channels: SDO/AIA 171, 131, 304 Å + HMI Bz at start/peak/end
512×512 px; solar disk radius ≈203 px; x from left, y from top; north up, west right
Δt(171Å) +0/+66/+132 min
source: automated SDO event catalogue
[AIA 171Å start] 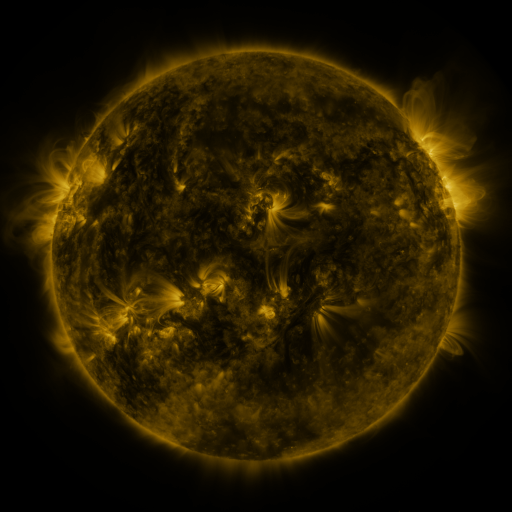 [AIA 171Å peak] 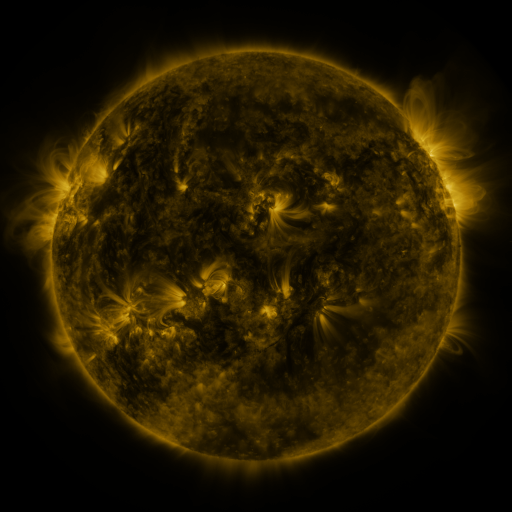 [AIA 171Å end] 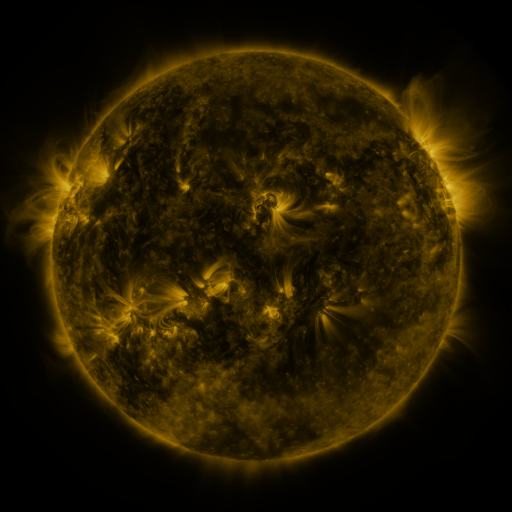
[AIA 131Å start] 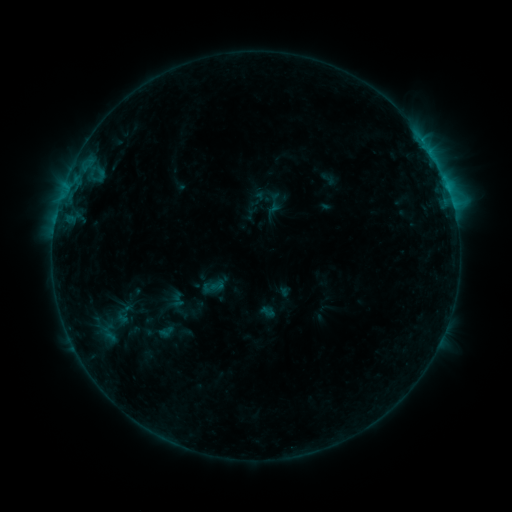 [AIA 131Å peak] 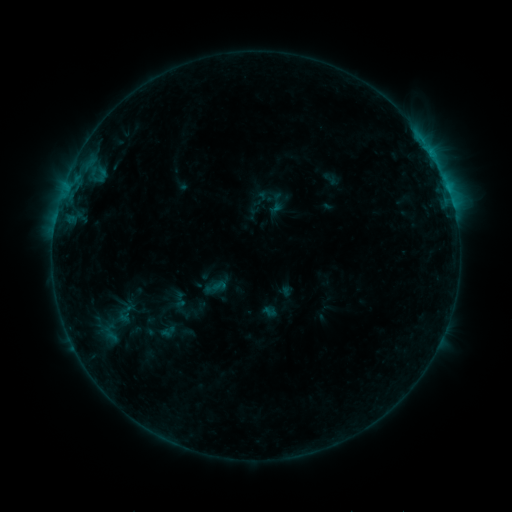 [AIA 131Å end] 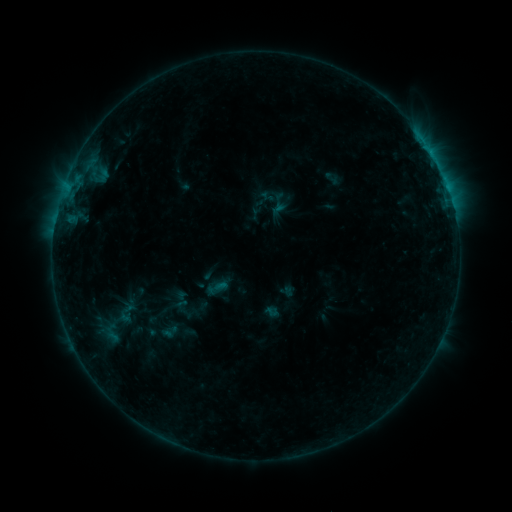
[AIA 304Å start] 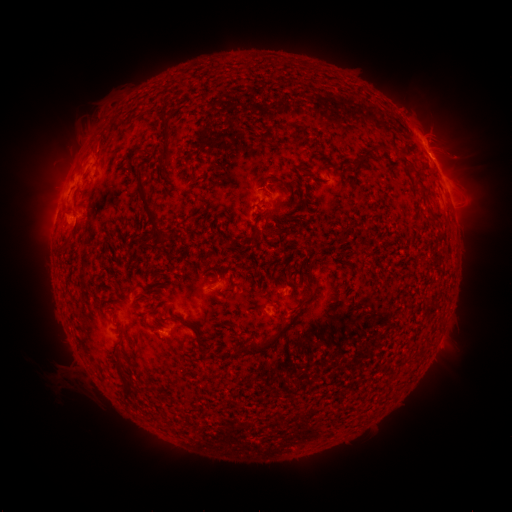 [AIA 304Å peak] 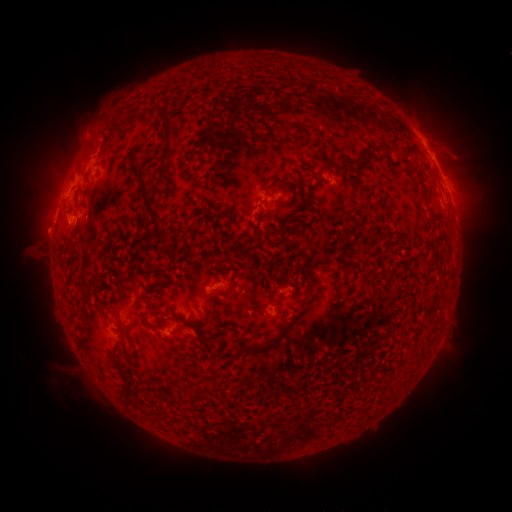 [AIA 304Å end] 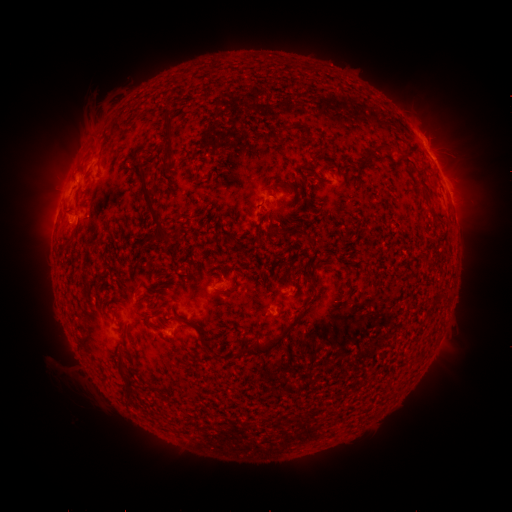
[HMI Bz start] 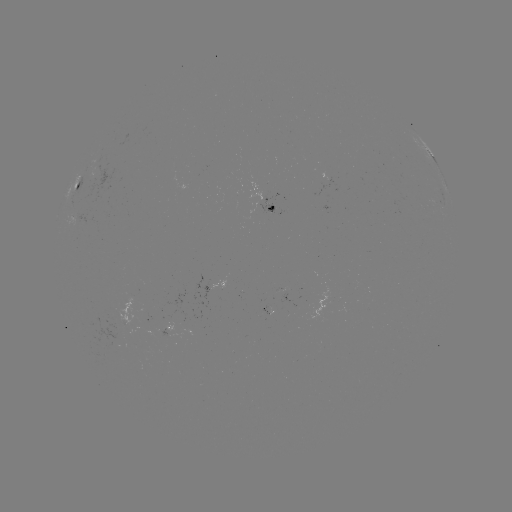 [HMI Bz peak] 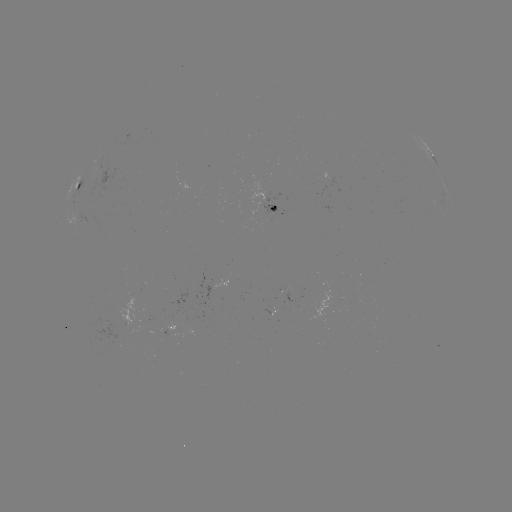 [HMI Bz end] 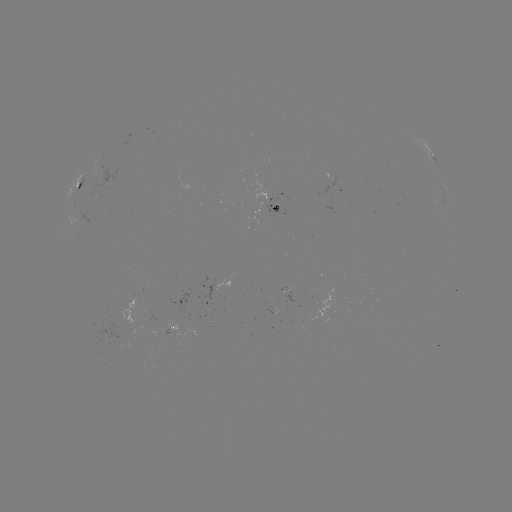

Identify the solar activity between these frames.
filament eruption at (23, 256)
